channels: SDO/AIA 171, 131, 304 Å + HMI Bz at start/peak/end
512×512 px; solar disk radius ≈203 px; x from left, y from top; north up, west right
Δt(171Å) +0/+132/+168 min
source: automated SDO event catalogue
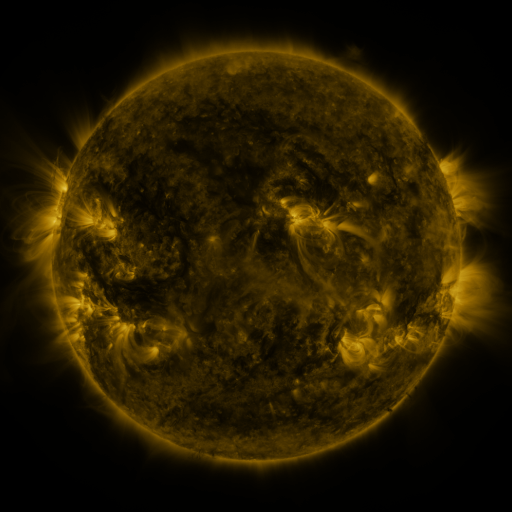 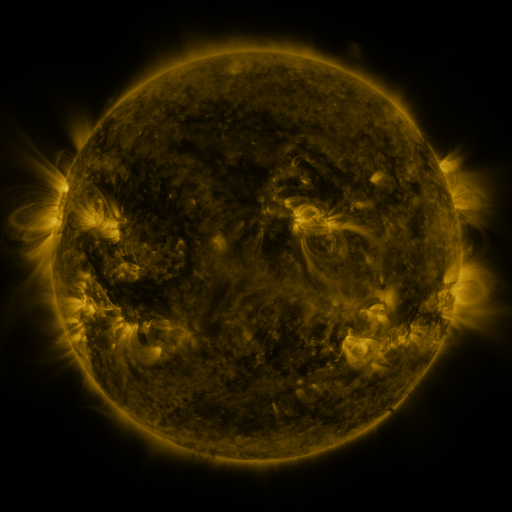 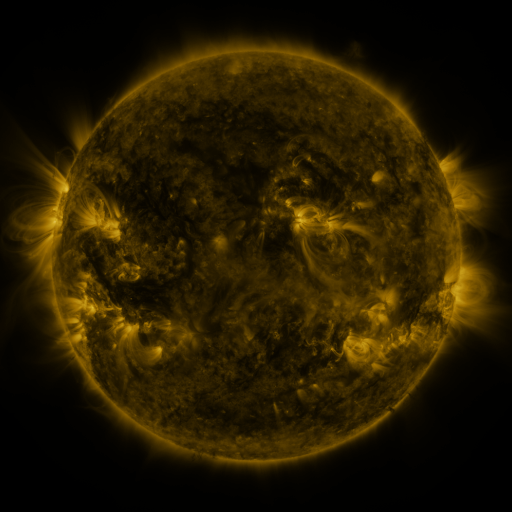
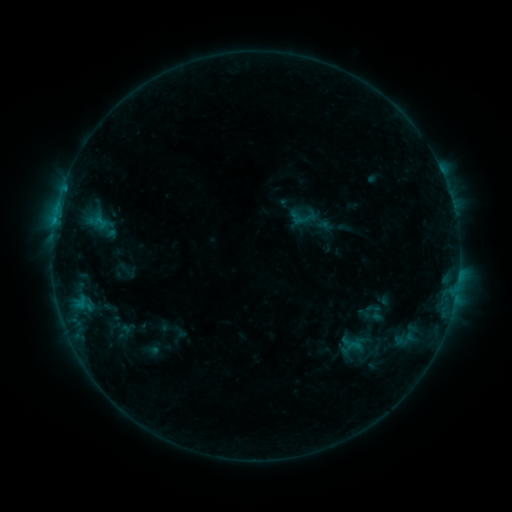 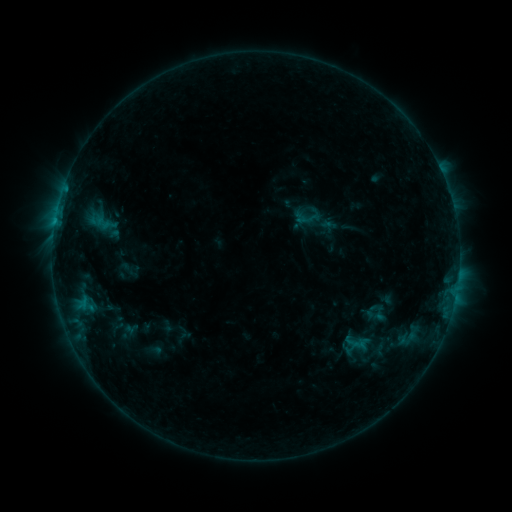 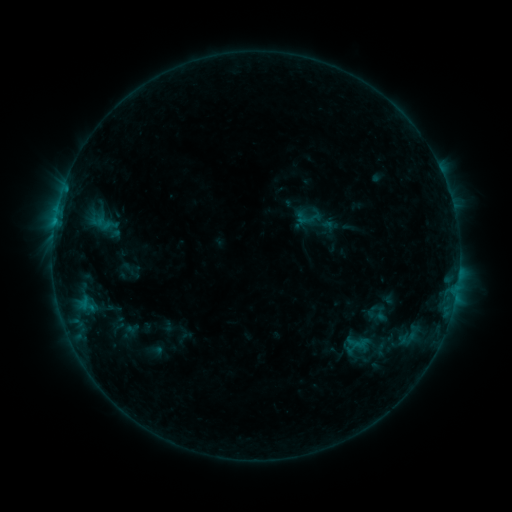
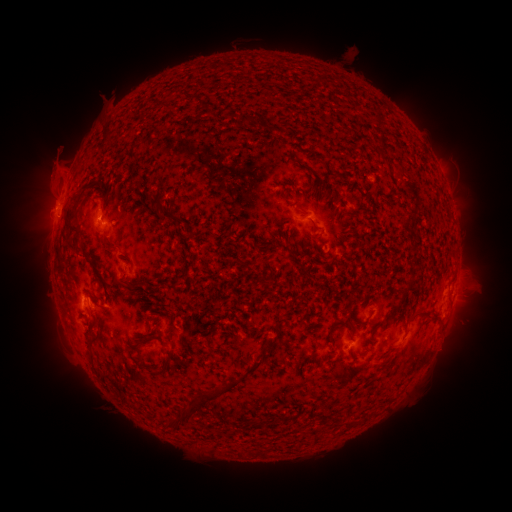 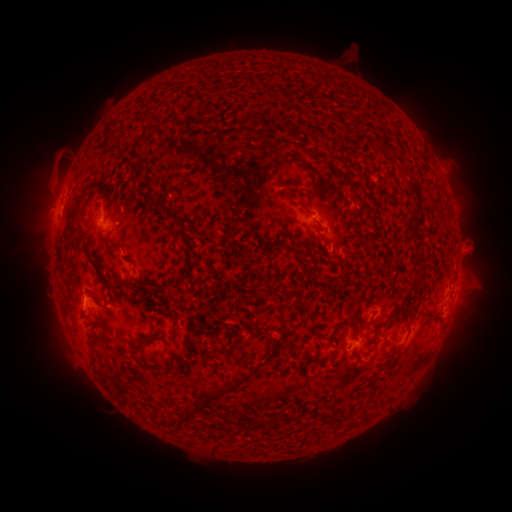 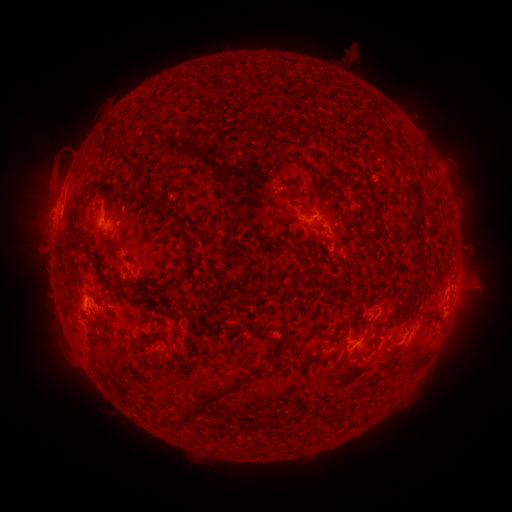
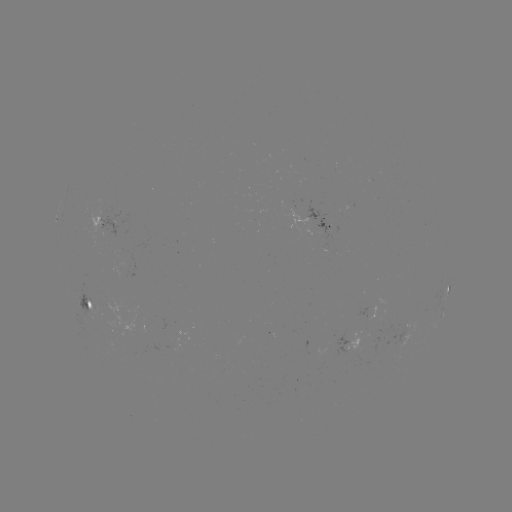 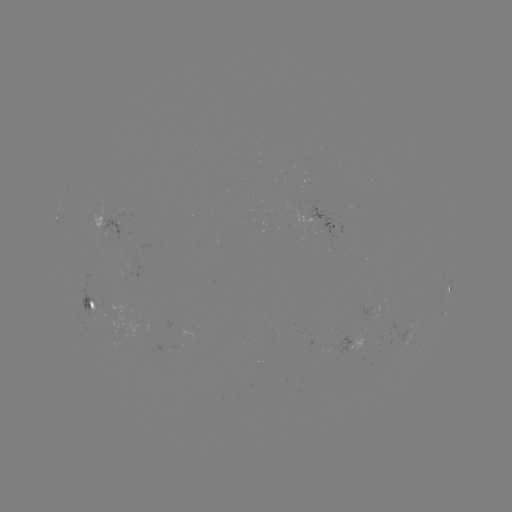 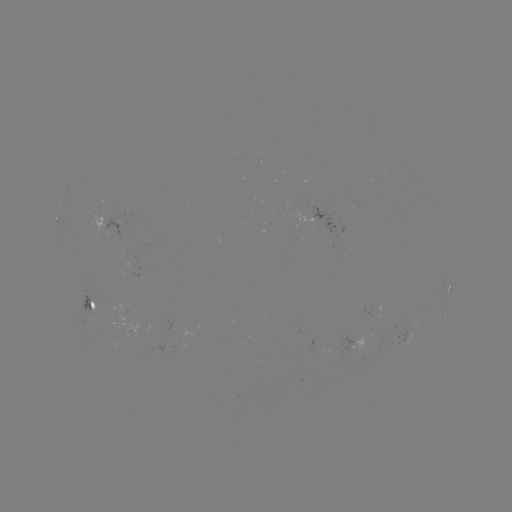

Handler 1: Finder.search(emerging-flux region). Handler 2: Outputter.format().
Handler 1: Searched emerging-flux region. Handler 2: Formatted [400, 342].